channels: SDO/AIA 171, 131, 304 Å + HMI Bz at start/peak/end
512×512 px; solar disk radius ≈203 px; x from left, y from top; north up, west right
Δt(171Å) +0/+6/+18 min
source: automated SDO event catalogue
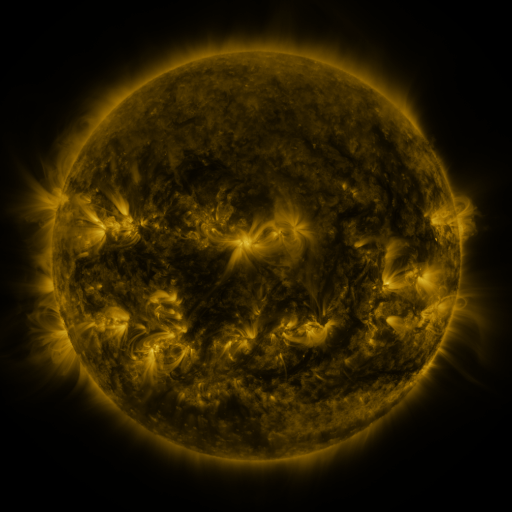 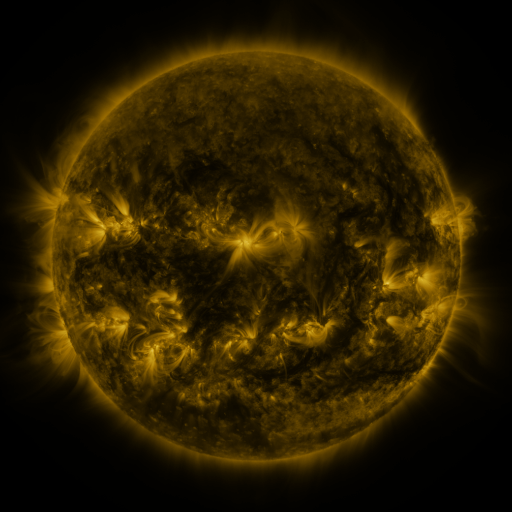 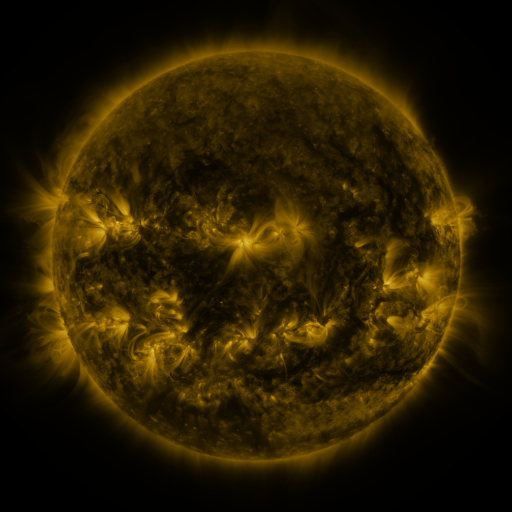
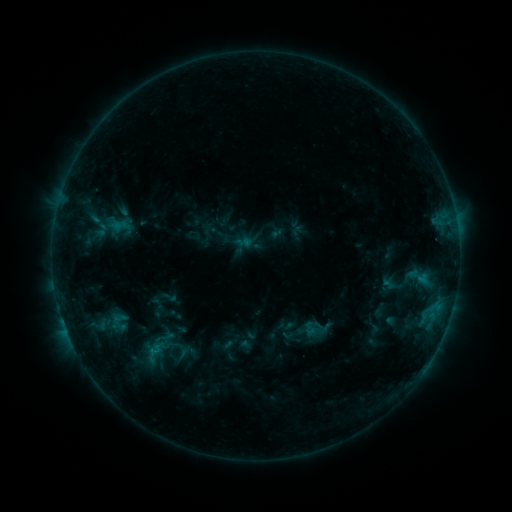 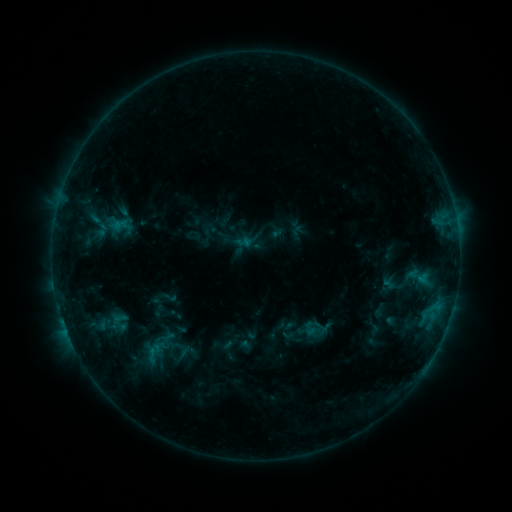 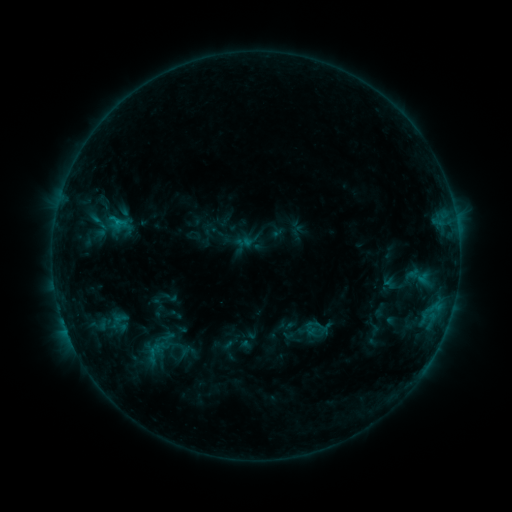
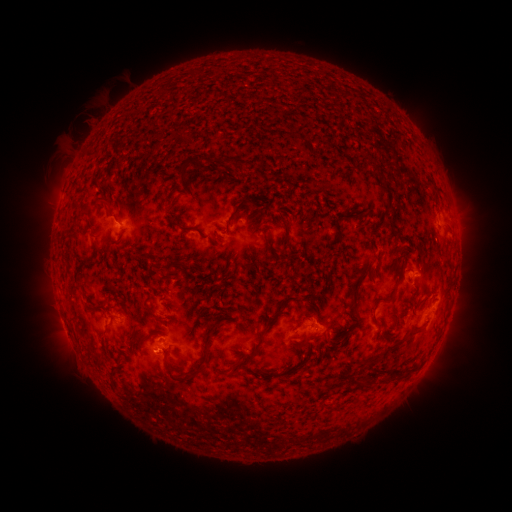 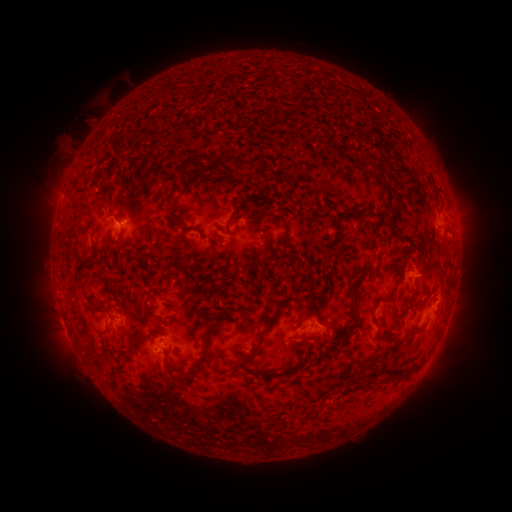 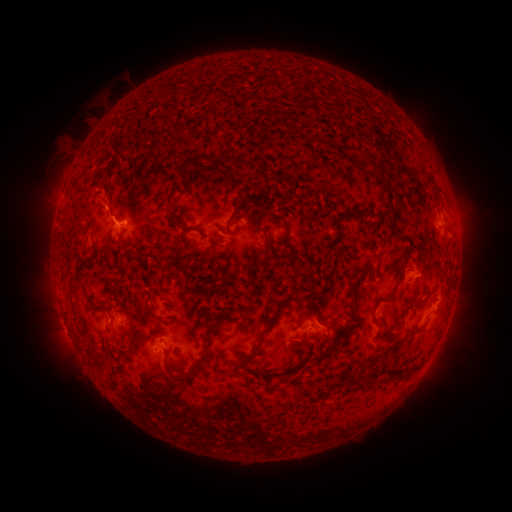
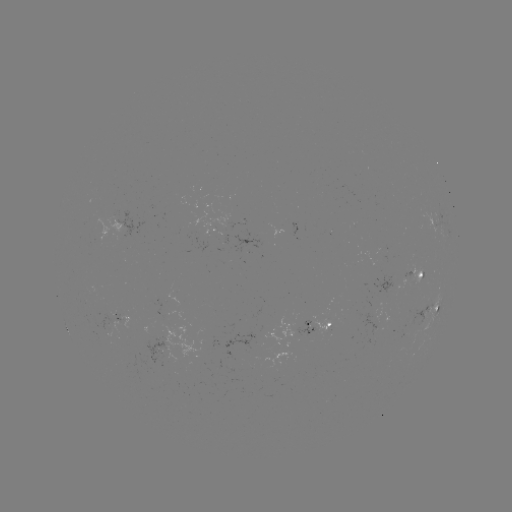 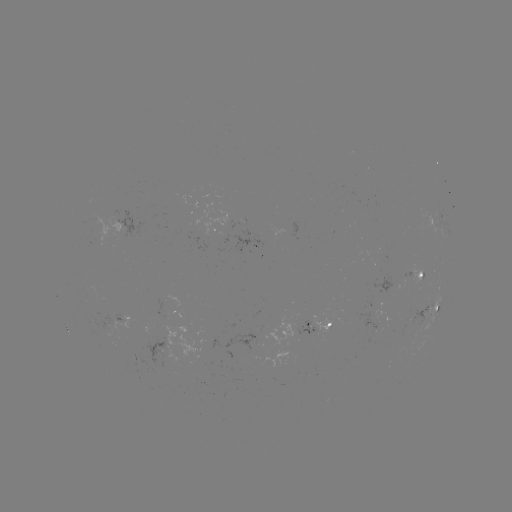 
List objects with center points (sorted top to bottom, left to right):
B8.2 flare: (118, 222)
